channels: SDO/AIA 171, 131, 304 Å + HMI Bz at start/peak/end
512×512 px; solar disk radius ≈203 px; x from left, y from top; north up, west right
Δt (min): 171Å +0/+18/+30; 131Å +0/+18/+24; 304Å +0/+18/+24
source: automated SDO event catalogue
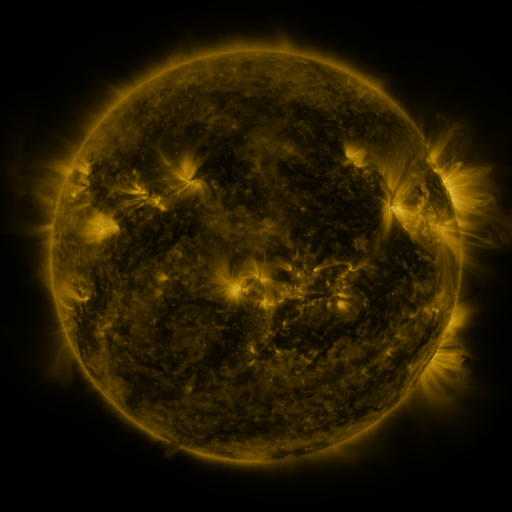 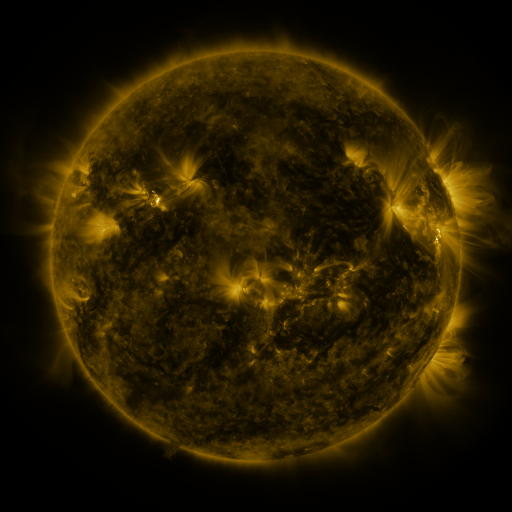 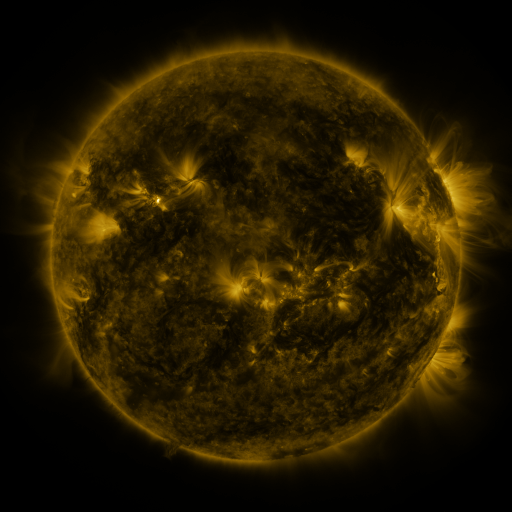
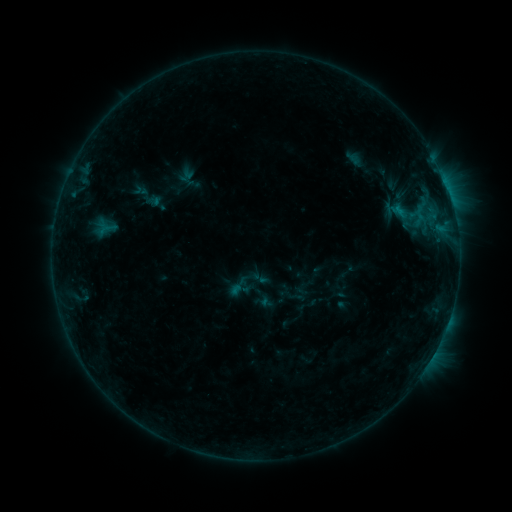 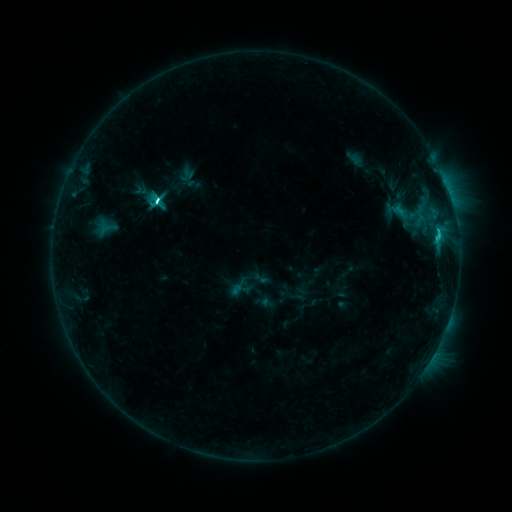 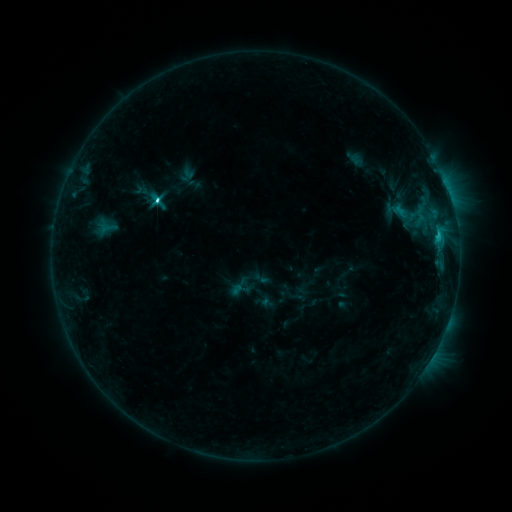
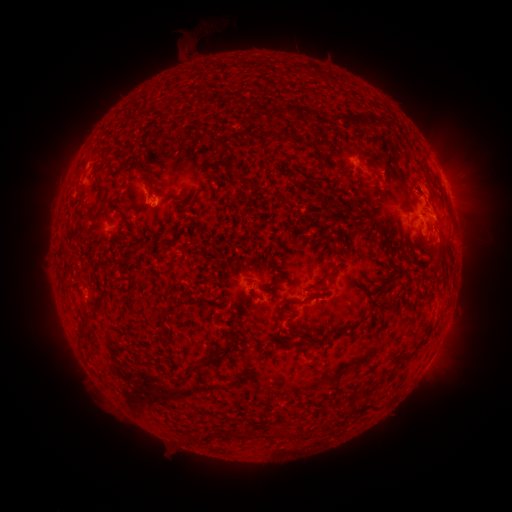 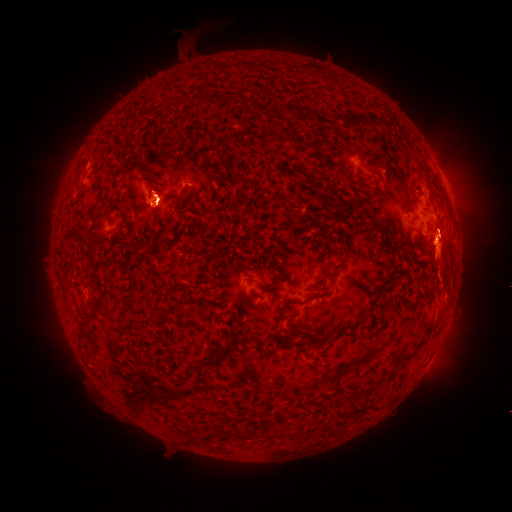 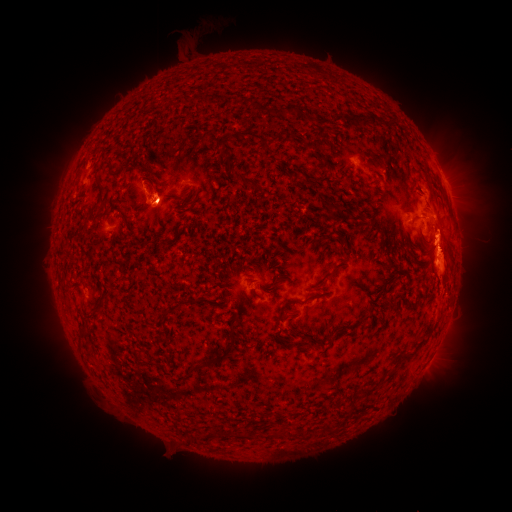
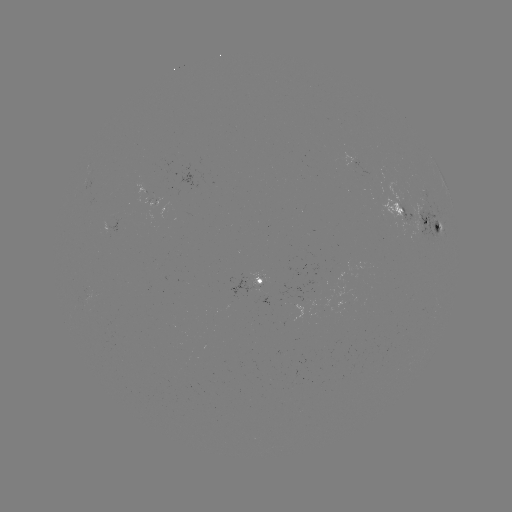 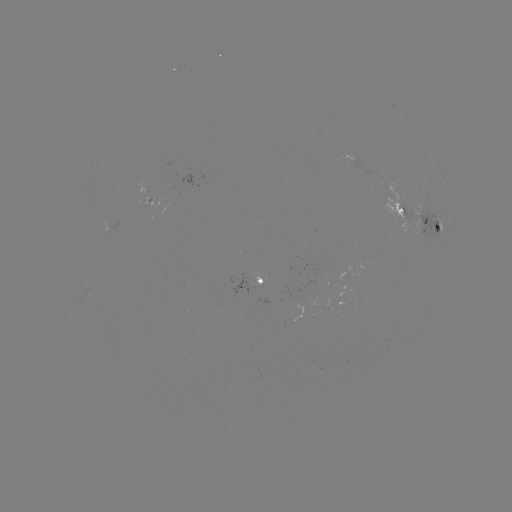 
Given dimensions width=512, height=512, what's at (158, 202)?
C5.8 flare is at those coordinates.